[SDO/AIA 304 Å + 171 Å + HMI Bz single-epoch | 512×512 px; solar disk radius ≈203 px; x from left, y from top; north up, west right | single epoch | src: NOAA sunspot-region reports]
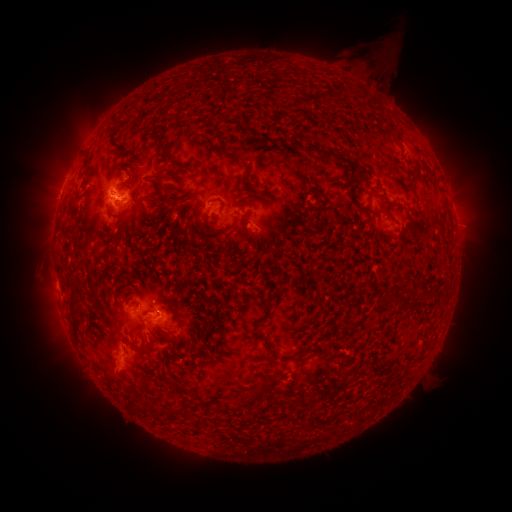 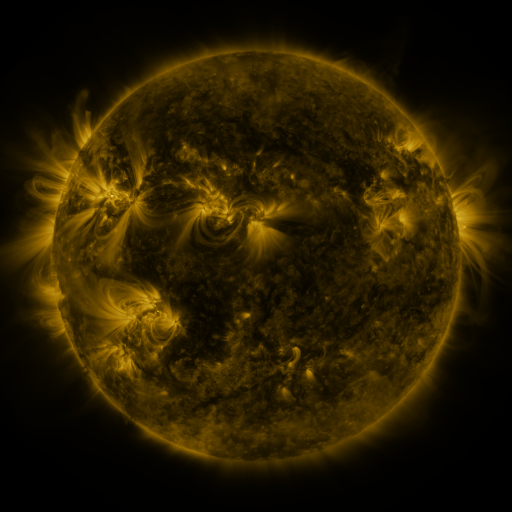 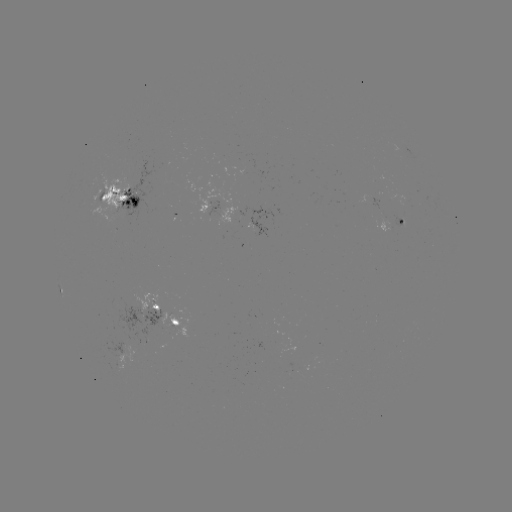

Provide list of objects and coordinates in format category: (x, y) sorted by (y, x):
spotted active region: (119, 199)
spotted active region: (209, 206)
spotted active region: (401, 223)
spotted active region: (163, 317)
